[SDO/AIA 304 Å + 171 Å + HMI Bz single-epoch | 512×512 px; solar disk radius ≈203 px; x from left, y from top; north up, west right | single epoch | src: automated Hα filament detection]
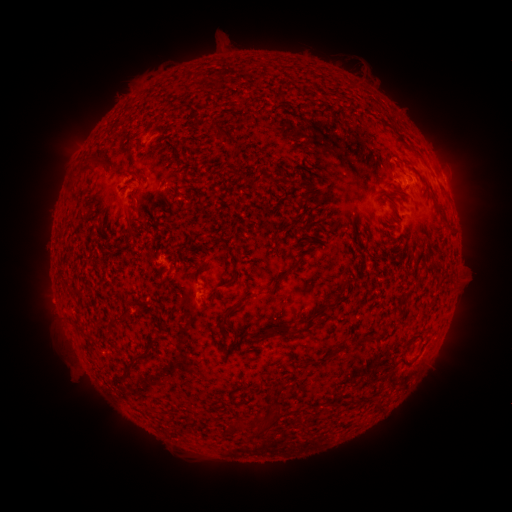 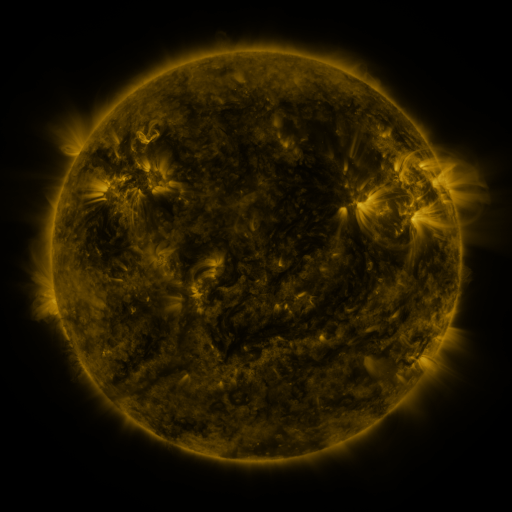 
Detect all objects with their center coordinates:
filament: [209, 122, 231, 140]
filament: [323, 134, 333, 147]
filament: [407, 144, 423, 160]
filament: [172, 157, 186, 168]
filament: [79, 159, 95, 174]
filament: [110, 167, 120, 177]
filament: [125, 172, 138, 180]
filament: [257, 175, 270, 184]
filament: [129, 190, 139, 212]
filament: [156, 196, 170, 207]
filament: [125, 225, 135, 239]
filament: [269, 255, 303, 293]
filament: [222, 276, 237, 287]
filament: [219, 308, 233, 325]
filament: [287, 314, 316, 336]
filament: [109, 316, 125, 330]
filament: [160, 319, 169, 331]
filament: [259, 327, 273, 337]
filament: [147, 337, 161, 349]
filament: [127, 353, 146, 372]
filament: [375, 395, 384, 410]
filament: [252, 402, 284, 428]
